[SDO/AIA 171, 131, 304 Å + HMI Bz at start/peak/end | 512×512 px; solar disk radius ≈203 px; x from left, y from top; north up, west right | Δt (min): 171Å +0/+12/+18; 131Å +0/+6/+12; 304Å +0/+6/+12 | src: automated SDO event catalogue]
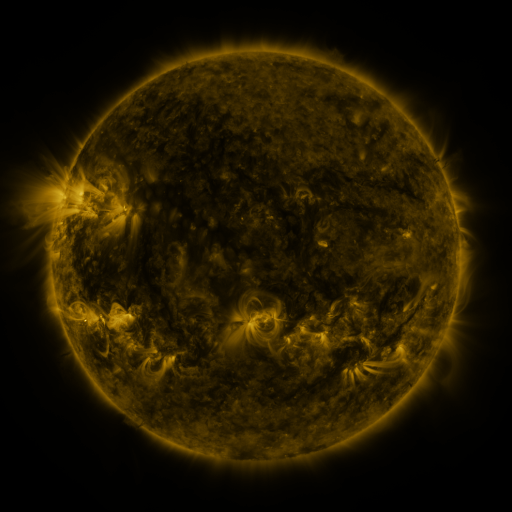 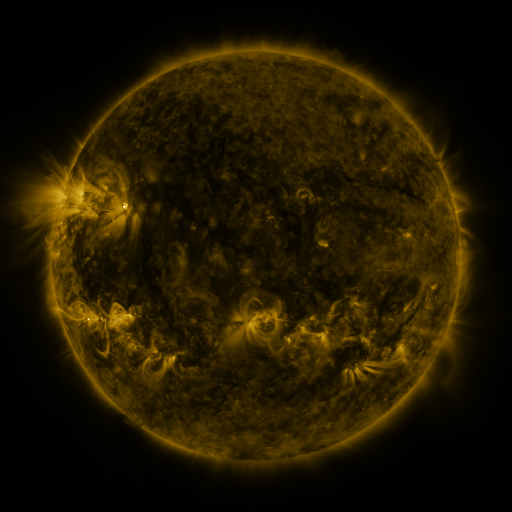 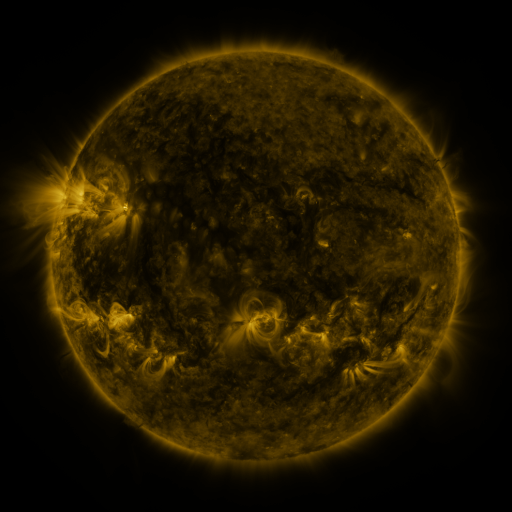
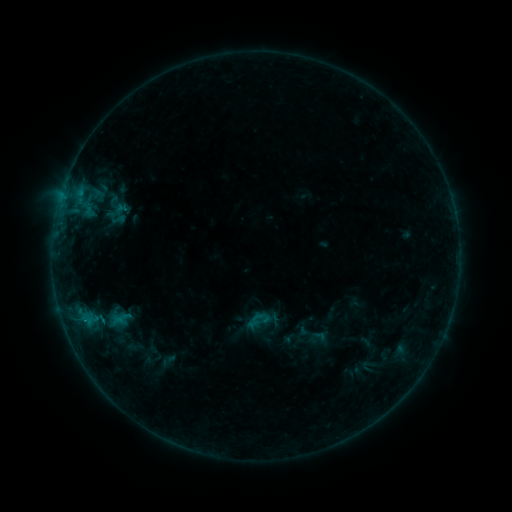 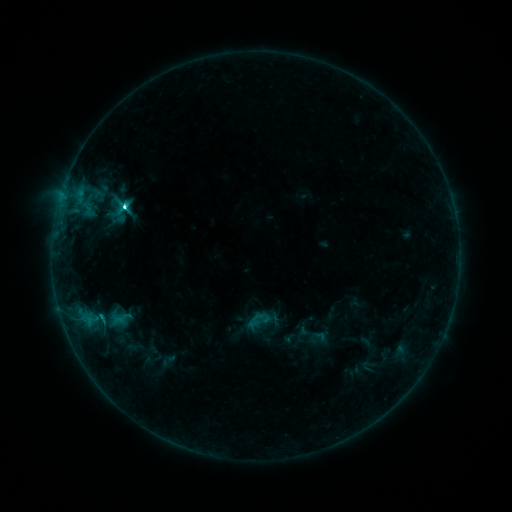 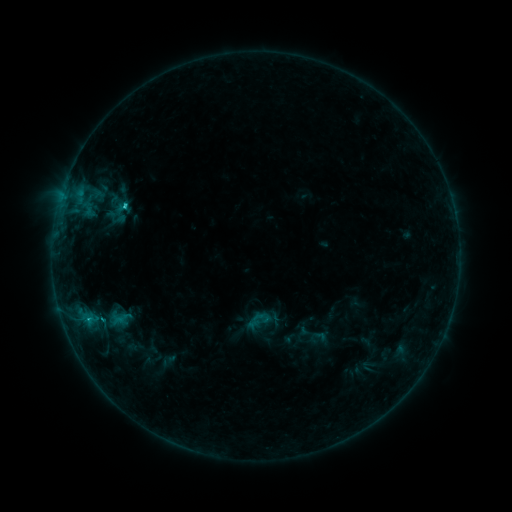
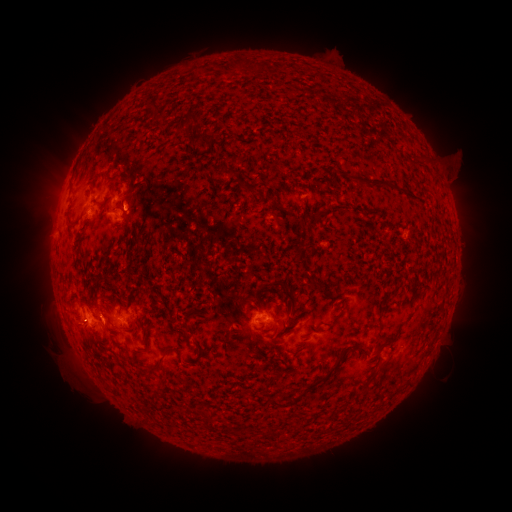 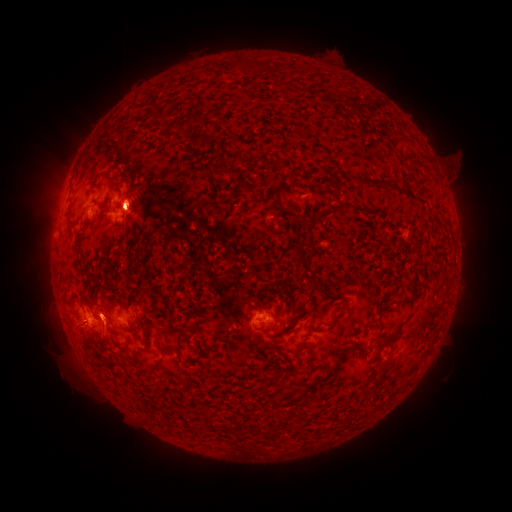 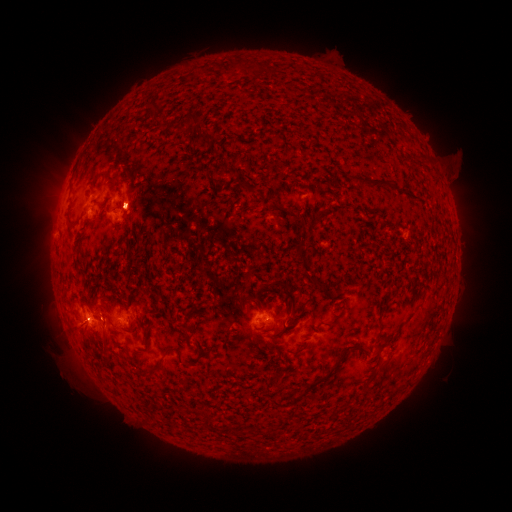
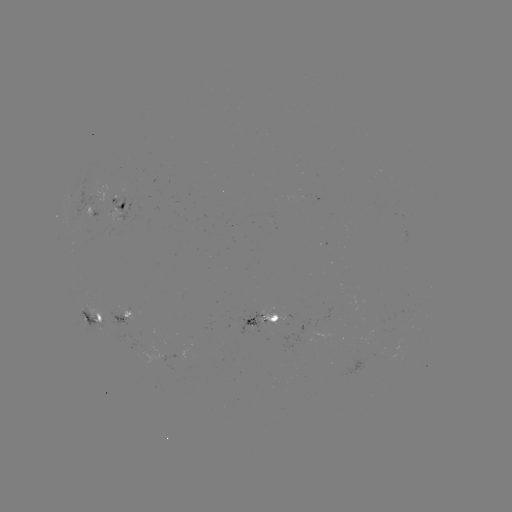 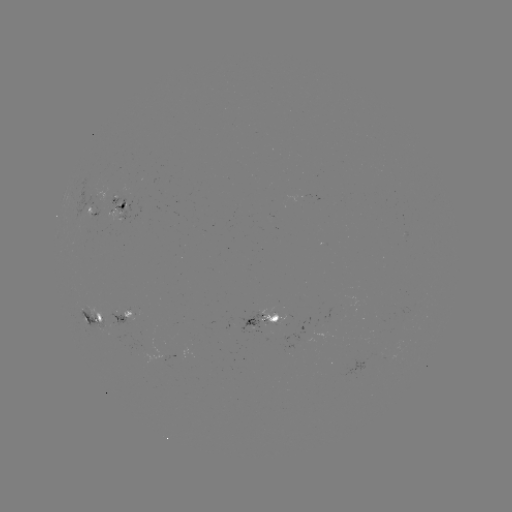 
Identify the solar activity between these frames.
C6.7 flare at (126, 210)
